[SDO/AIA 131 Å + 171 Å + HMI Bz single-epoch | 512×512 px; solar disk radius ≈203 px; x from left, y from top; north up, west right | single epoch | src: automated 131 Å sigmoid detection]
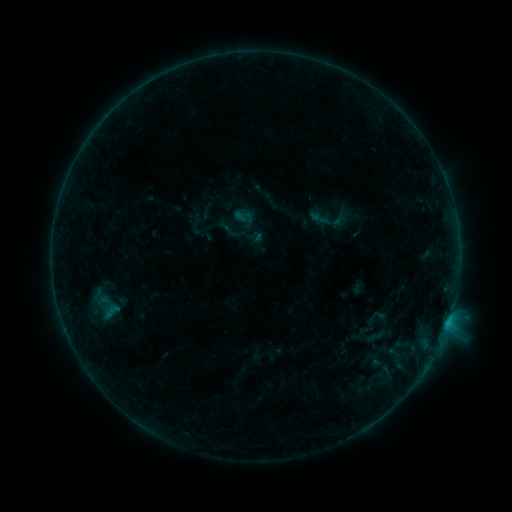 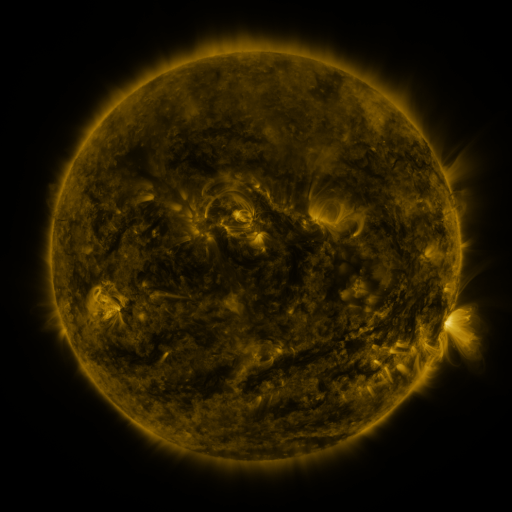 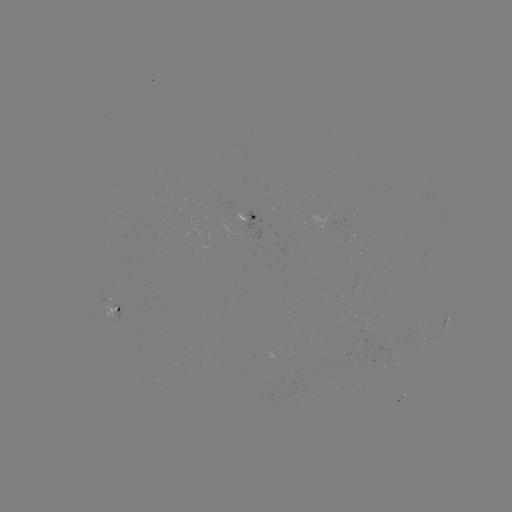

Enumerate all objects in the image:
sigmoid: (320, 218)
sigmoid: (99, 307)
